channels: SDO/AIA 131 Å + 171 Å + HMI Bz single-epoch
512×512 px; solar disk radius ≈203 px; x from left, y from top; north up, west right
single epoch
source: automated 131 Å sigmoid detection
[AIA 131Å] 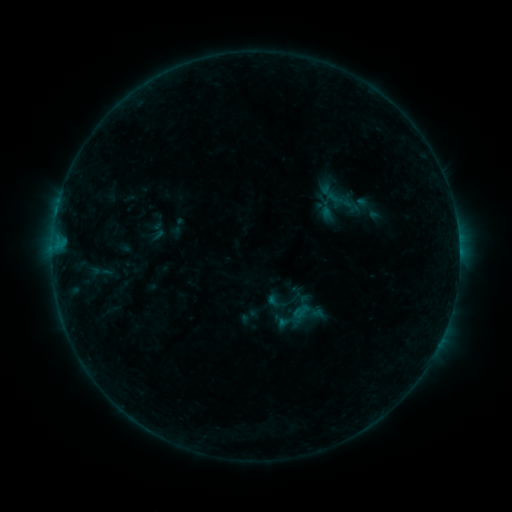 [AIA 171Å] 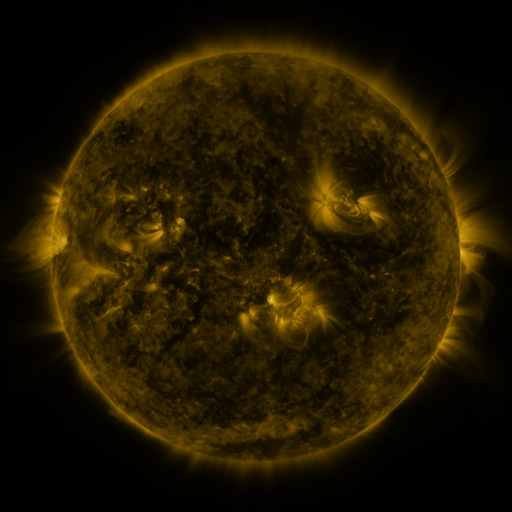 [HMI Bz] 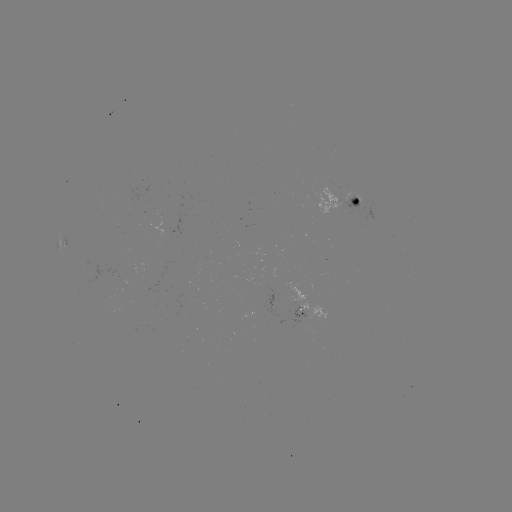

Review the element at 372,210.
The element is sigmoid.